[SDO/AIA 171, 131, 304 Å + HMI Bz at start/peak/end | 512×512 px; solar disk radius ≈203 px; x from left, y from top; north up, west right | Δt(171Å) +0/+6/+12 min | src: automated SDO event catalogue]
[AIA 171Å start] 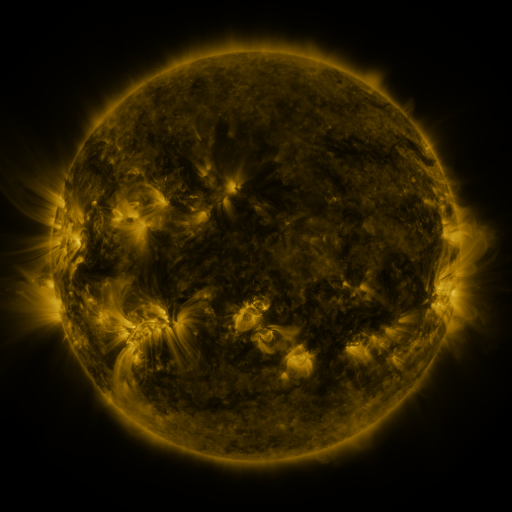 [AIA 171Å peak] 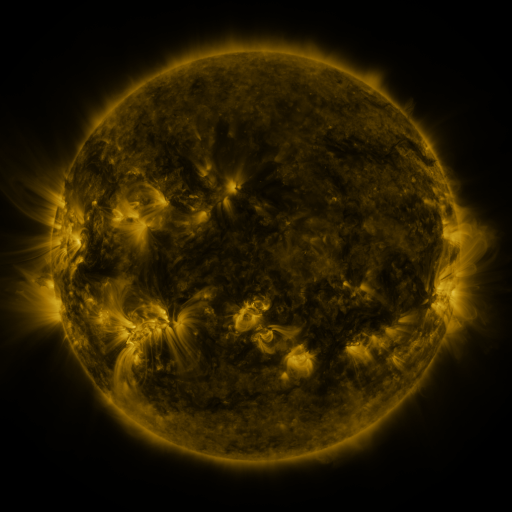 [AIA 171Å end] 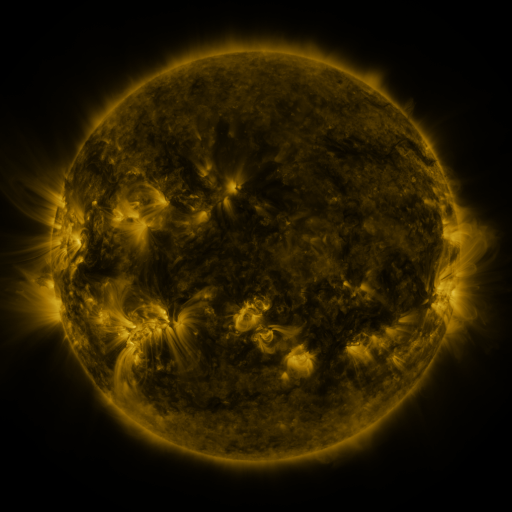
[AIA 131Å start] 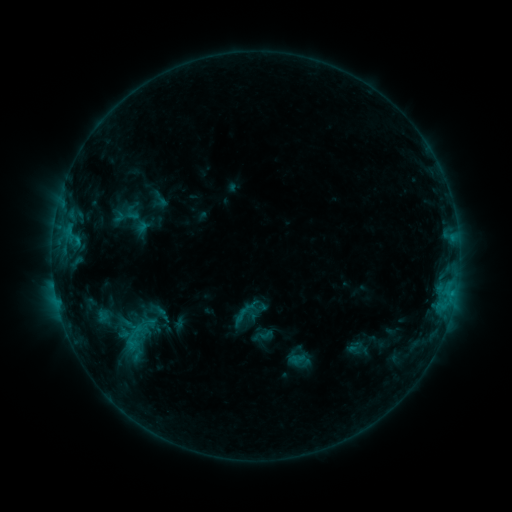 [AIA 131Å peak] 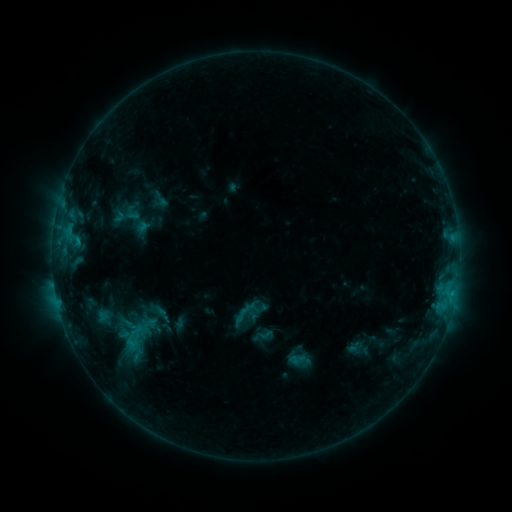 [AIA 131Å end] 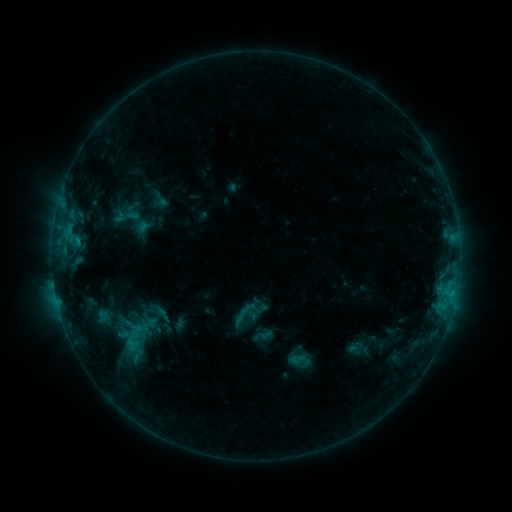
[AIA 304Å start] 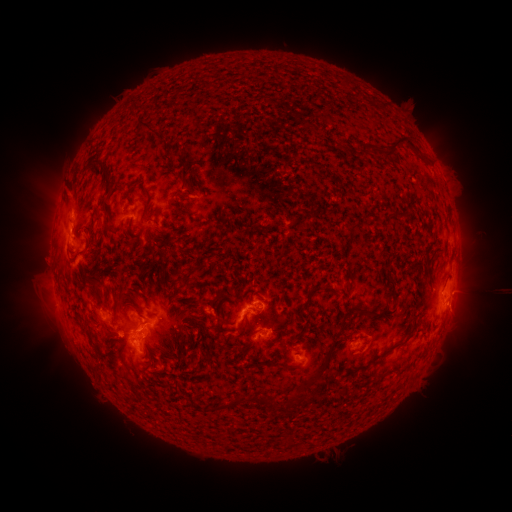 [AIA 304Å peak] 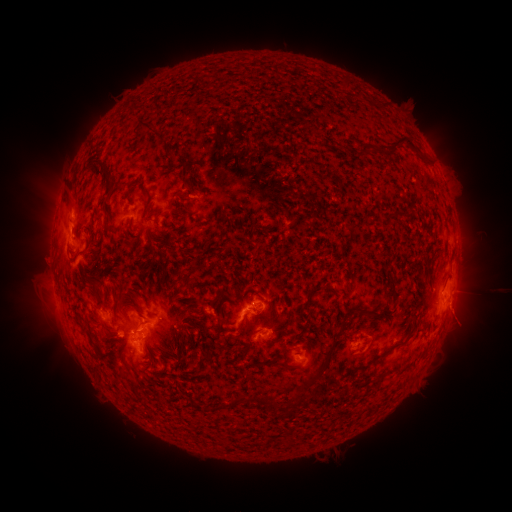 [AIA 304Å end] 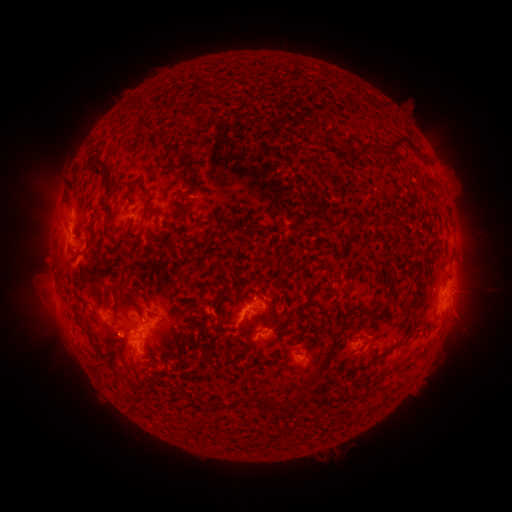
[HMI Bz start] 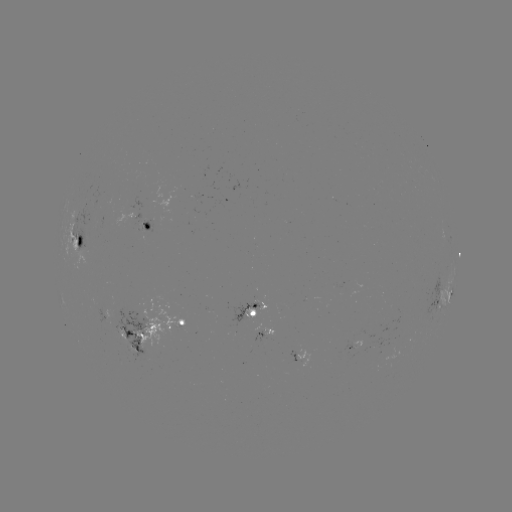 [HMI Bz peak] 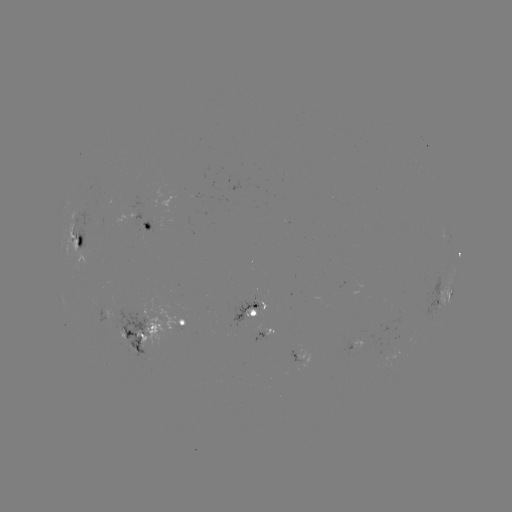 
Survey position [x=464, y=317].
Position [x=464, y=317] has eruption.